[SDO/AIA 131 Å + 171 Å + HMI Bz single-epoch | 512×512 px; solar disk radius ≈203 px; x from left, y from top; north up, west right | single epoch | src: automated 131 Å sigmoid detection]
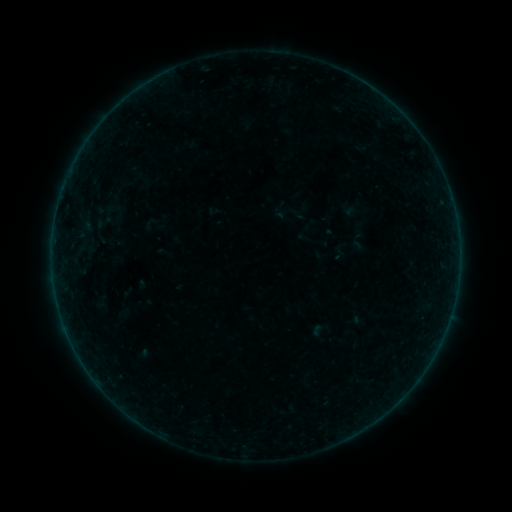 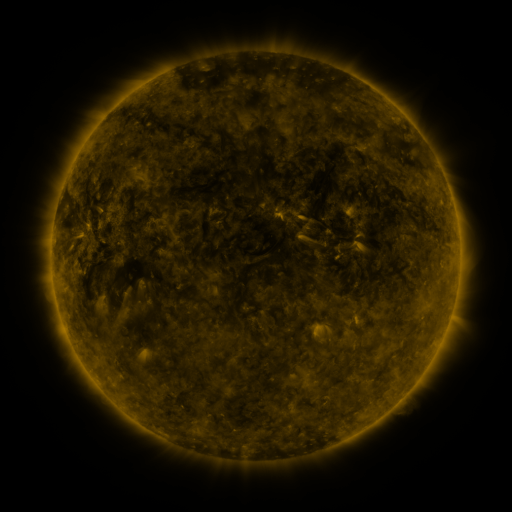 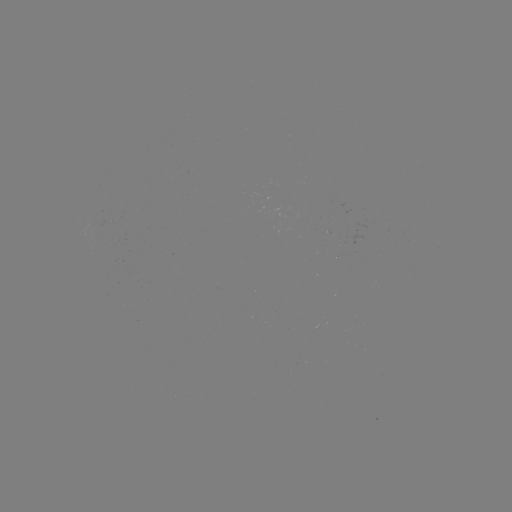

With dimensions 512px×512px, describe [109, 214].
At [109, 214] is sigmoid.